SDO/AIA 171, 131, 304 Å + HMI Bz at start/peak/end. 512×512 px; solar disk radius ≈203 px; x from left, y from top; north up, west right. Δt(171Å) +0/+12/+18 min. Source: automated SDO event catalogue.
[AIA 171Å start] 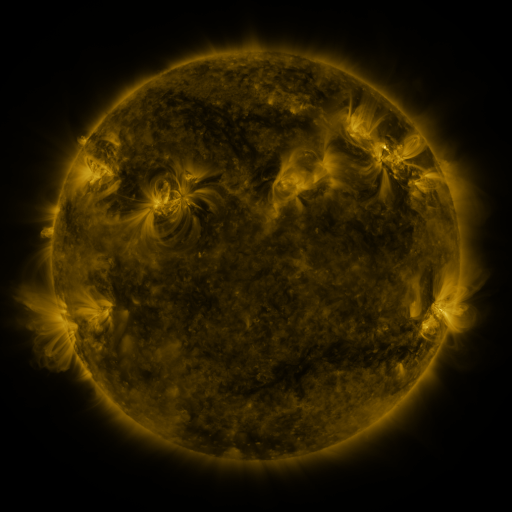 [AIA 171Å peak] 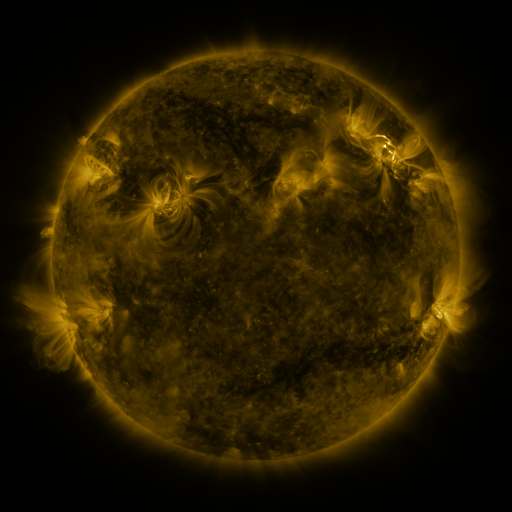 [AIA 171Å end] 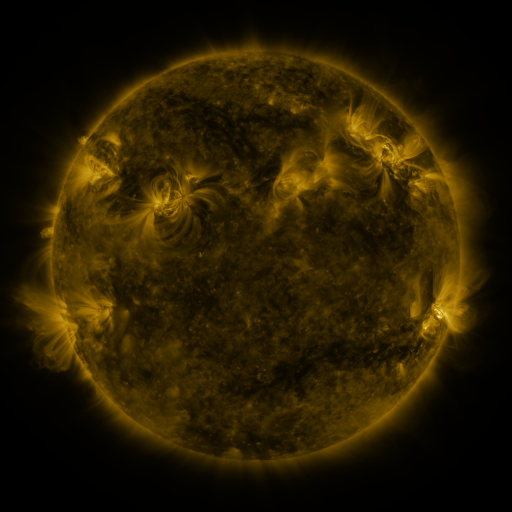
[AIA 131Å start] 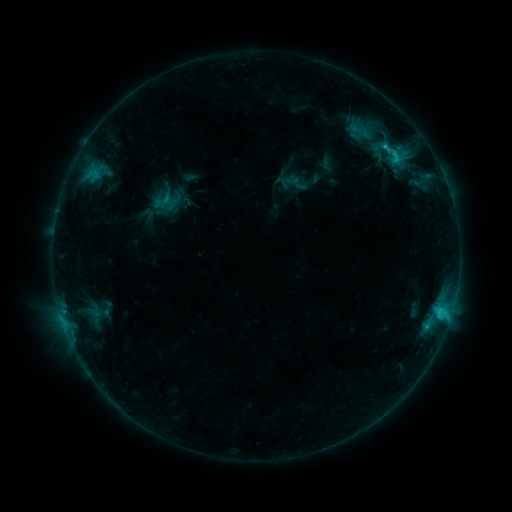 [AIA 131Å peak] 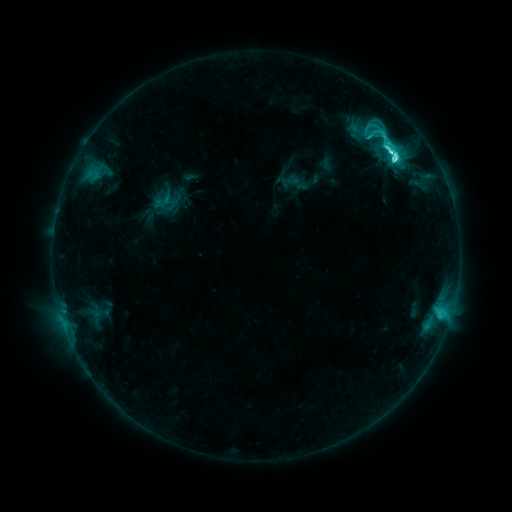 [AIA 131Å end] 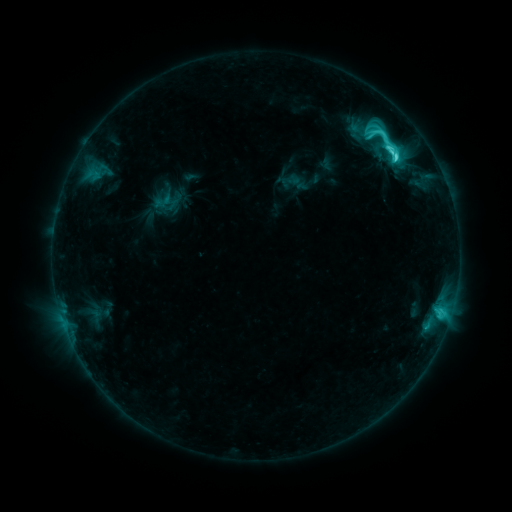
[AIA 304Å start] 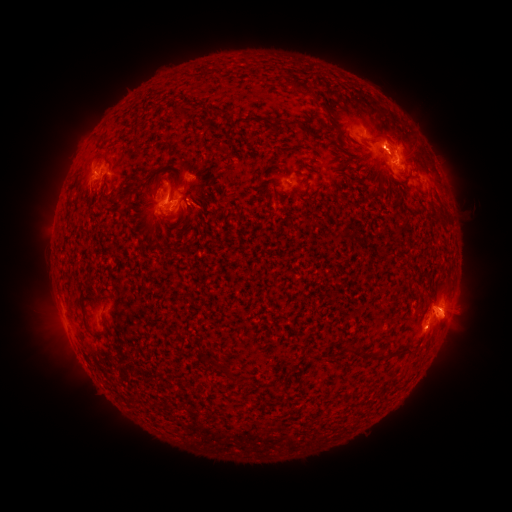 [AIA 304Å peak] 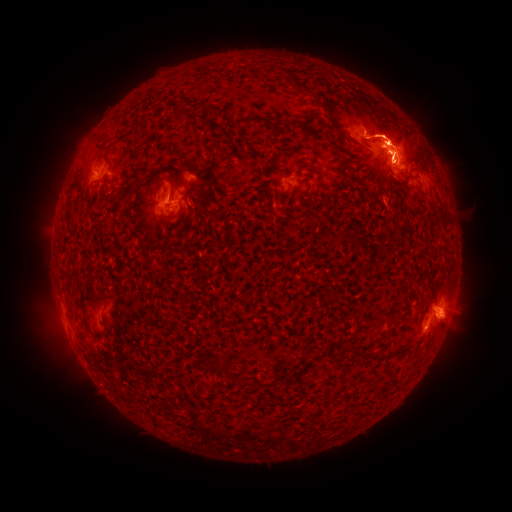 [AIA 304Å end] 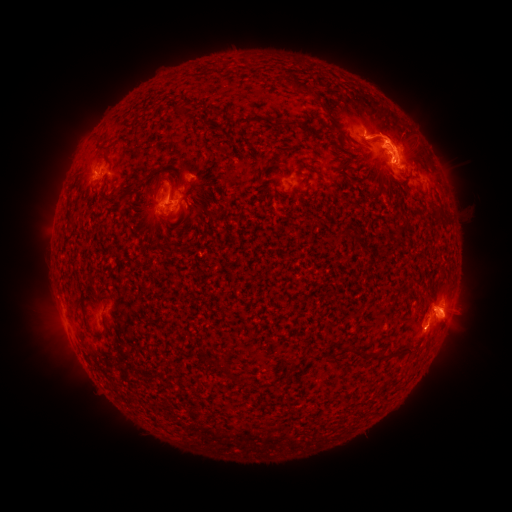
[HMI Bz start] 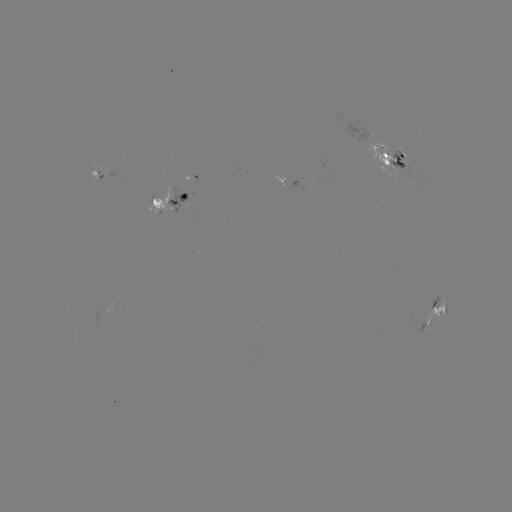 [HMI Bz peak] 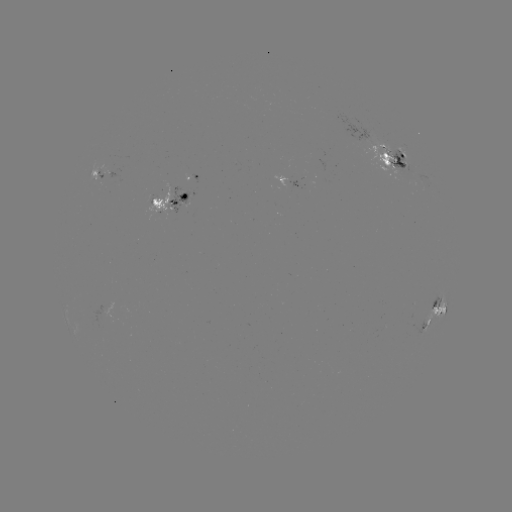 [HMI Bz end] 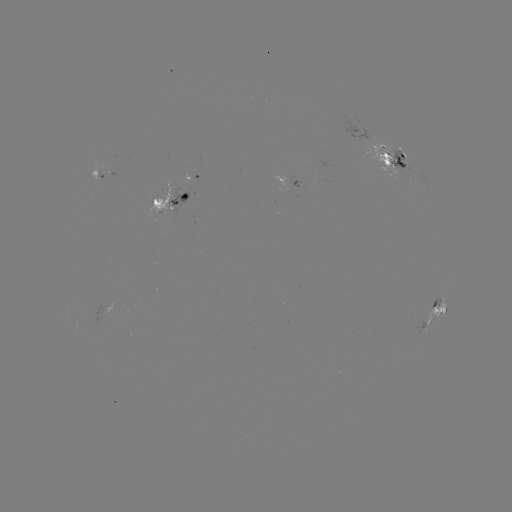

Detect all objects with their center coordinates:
M1.2 flare: (393, 160)
